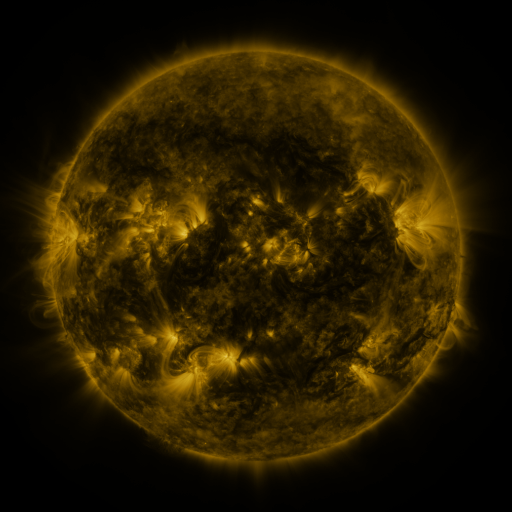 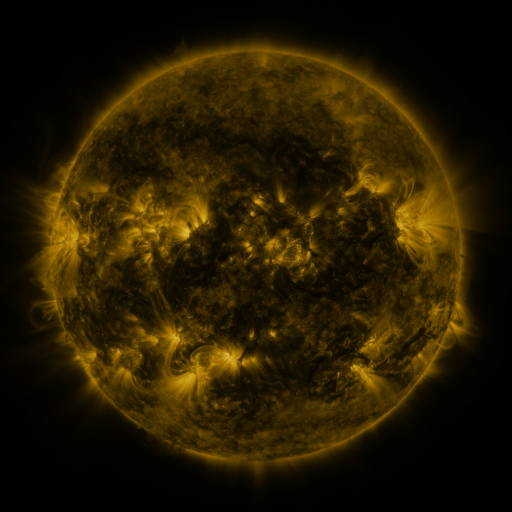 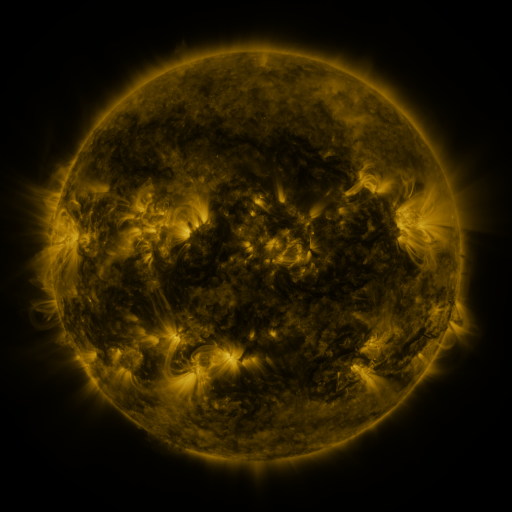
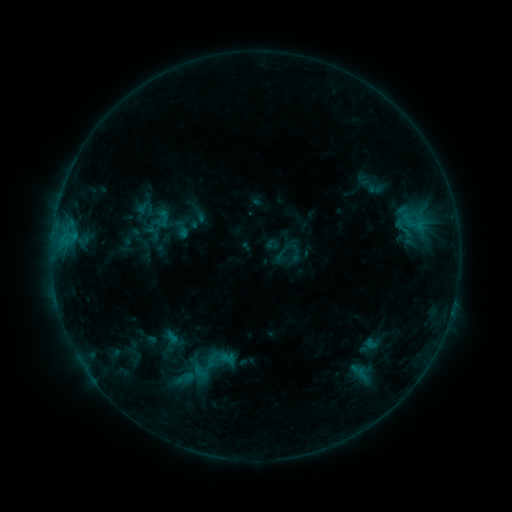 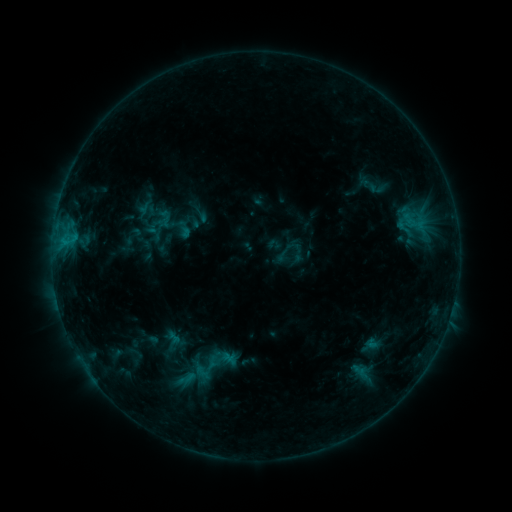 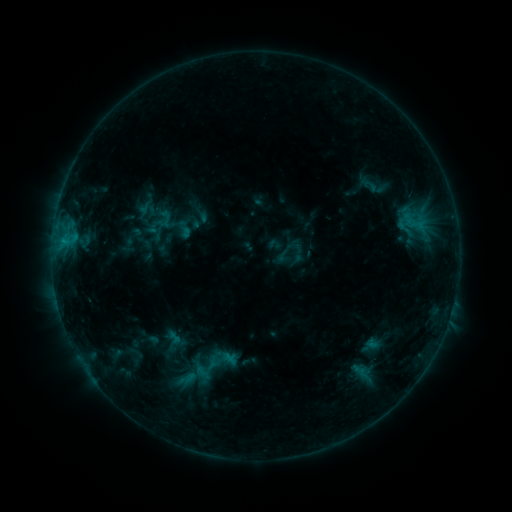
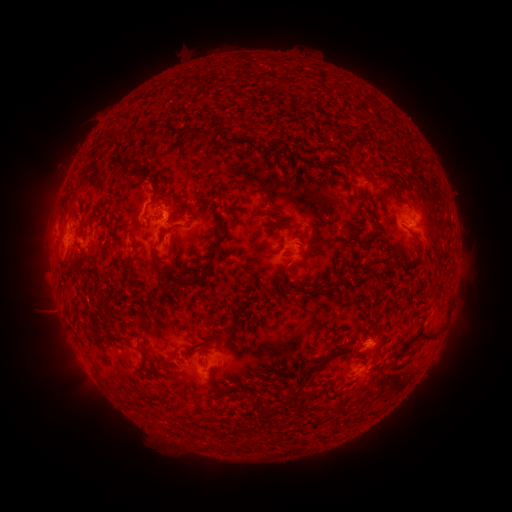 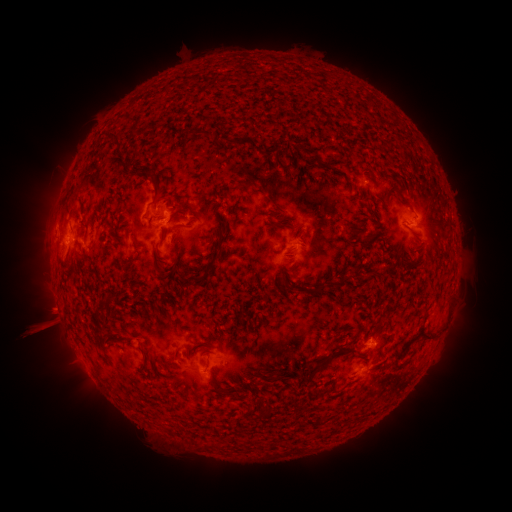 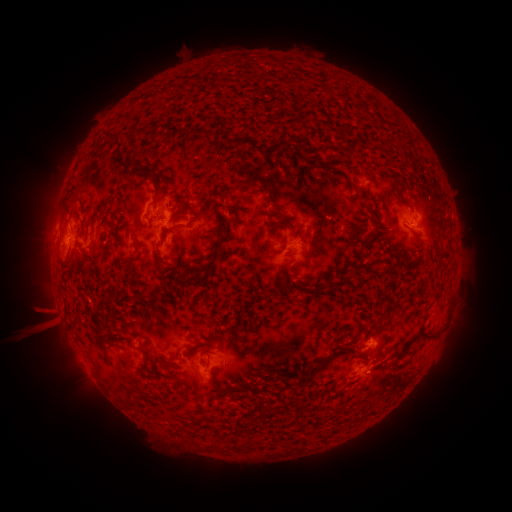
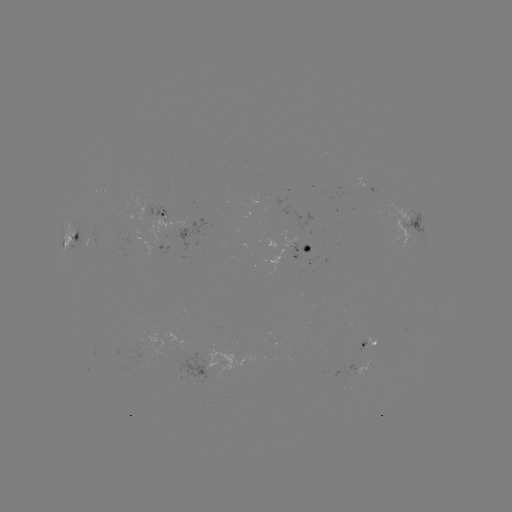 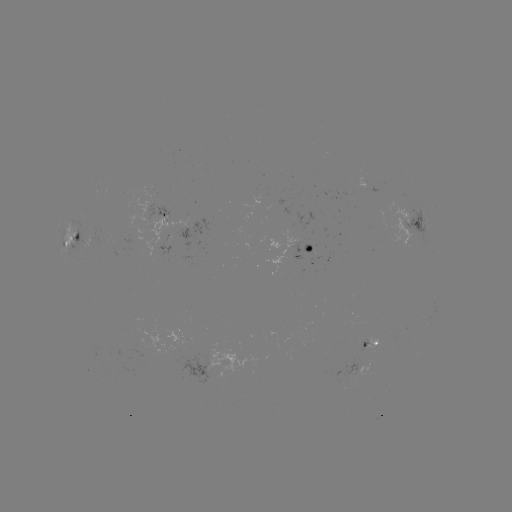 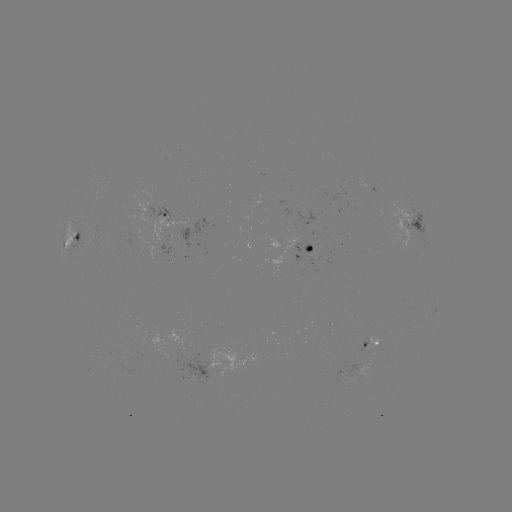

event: emerging-flux region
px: (310, 249)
